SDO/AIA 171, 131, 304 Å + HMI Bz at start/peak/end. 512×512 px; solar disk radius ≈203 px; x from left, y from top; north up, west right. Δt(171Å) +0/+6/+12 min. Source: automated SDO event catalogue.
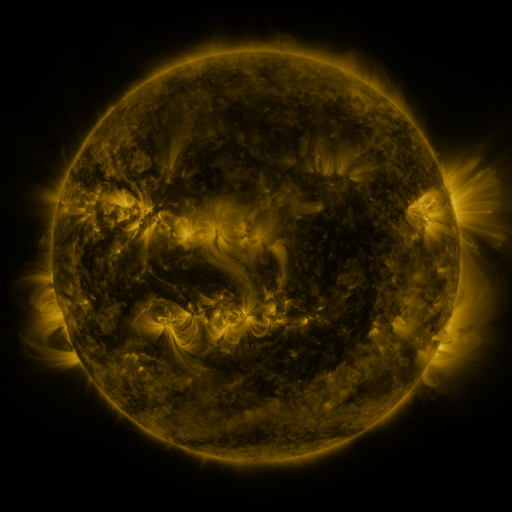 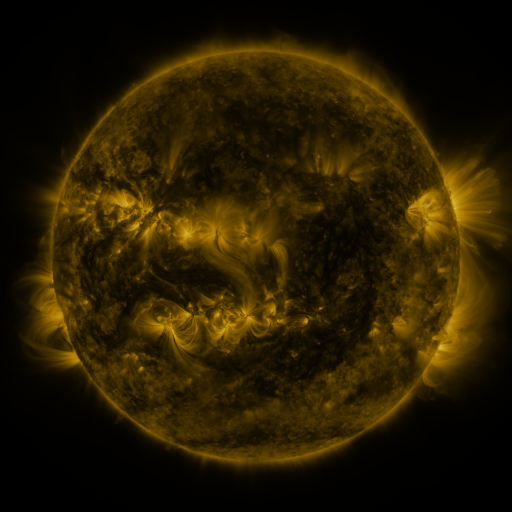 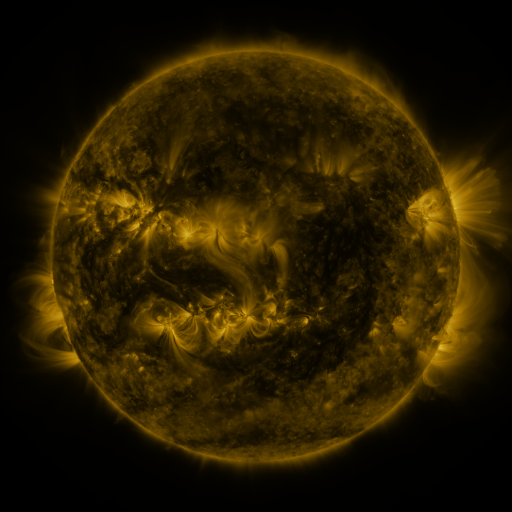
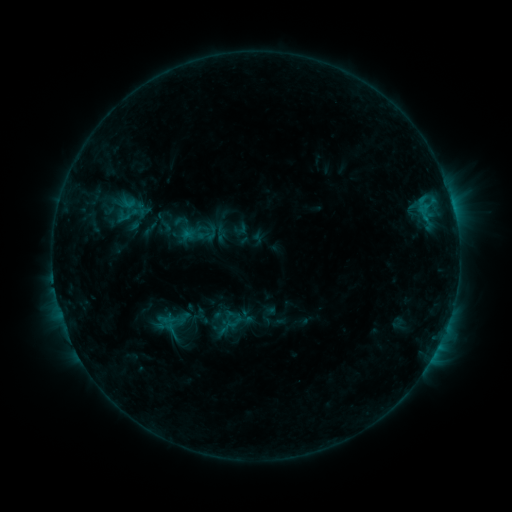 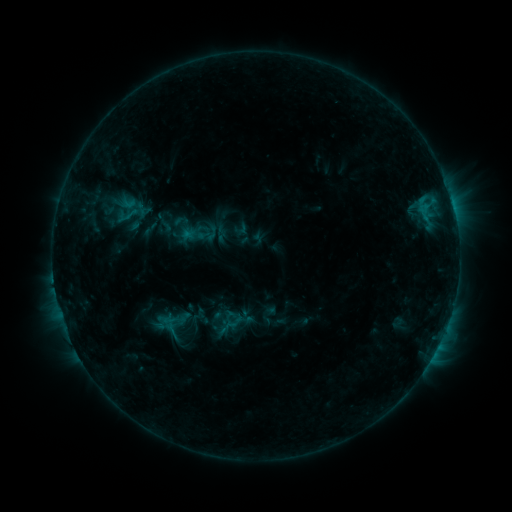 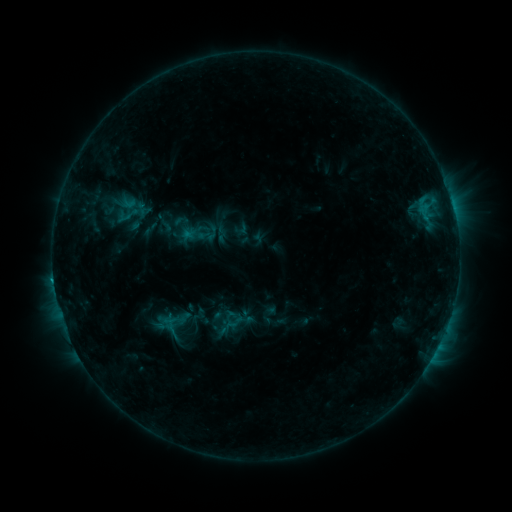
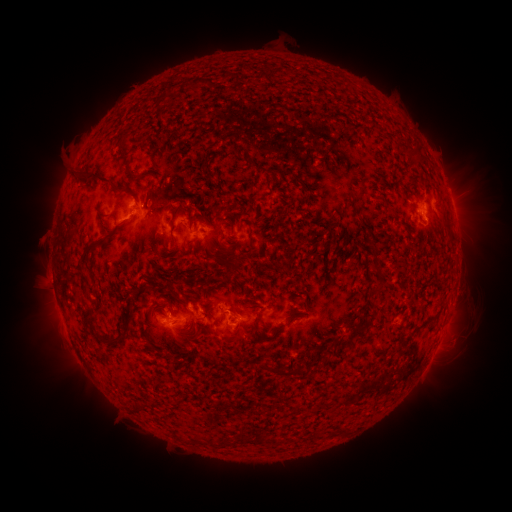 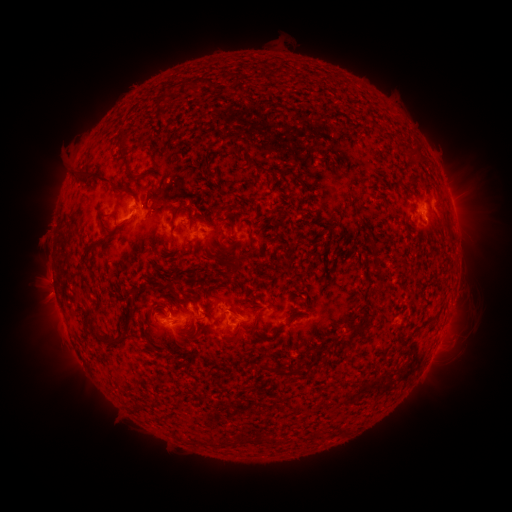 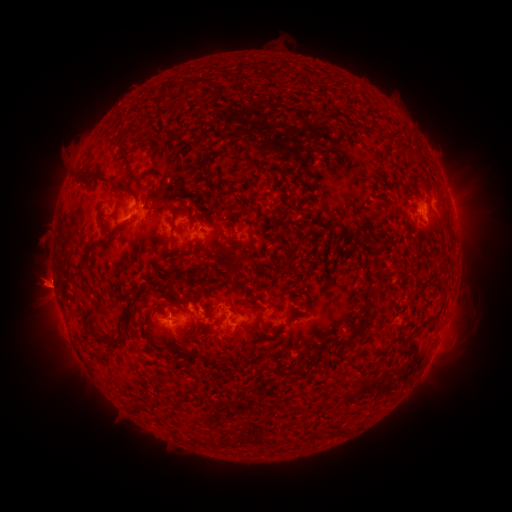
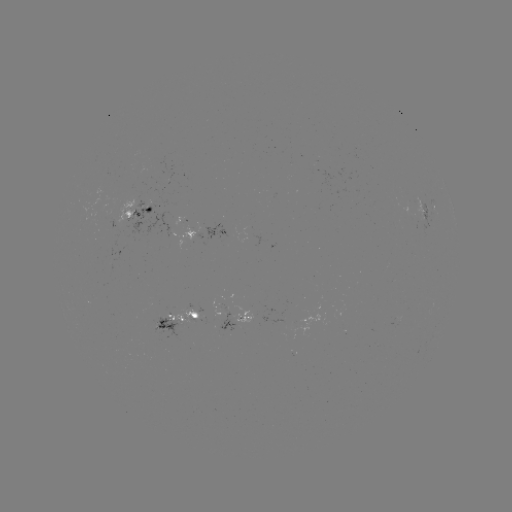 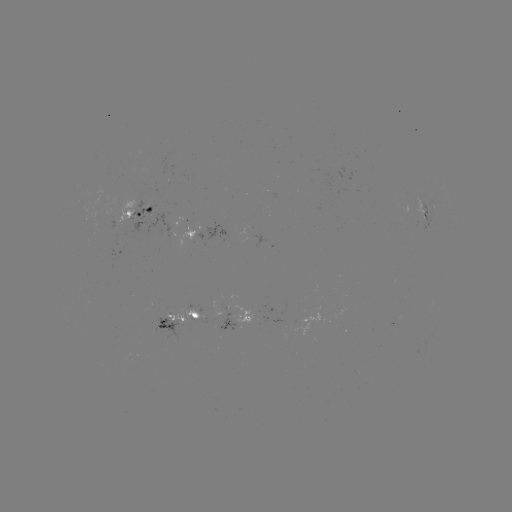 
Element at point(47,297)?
eruption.